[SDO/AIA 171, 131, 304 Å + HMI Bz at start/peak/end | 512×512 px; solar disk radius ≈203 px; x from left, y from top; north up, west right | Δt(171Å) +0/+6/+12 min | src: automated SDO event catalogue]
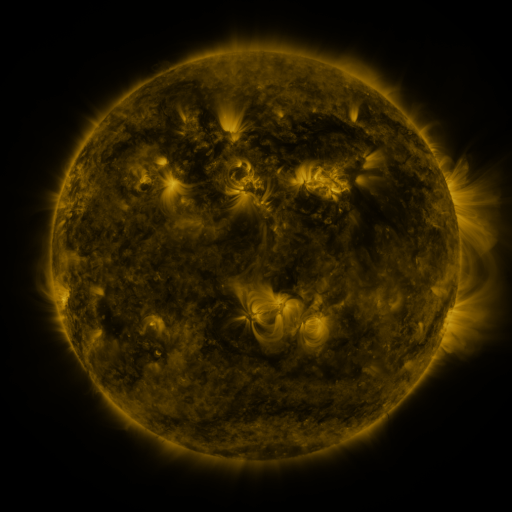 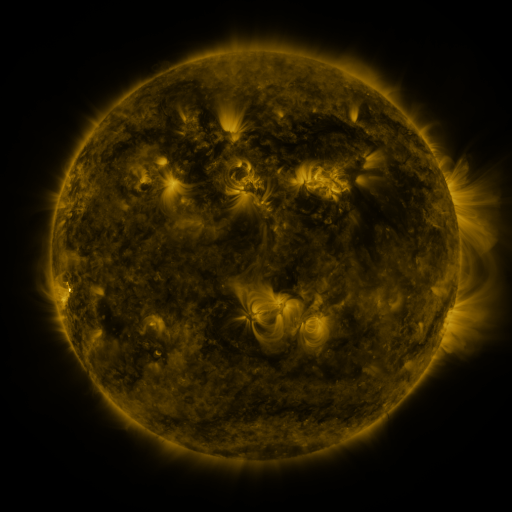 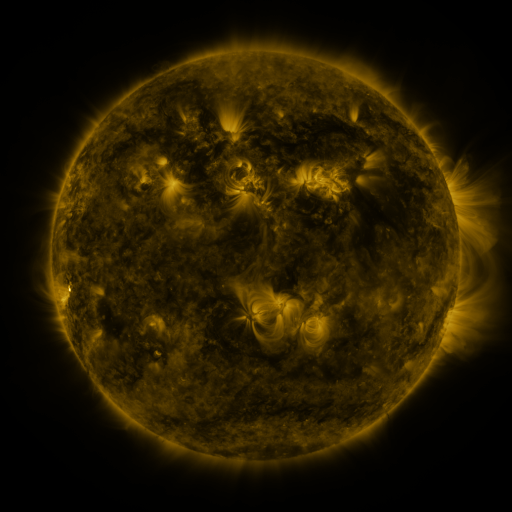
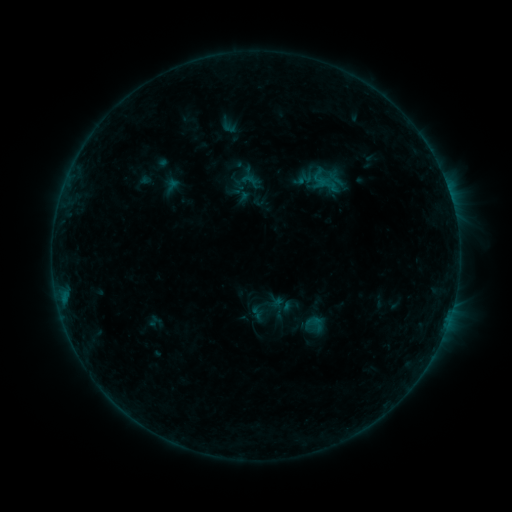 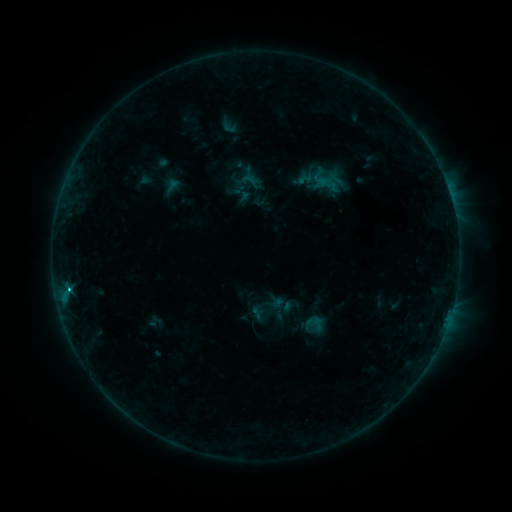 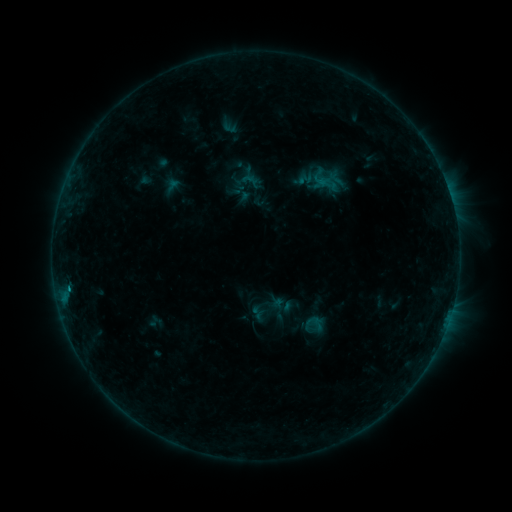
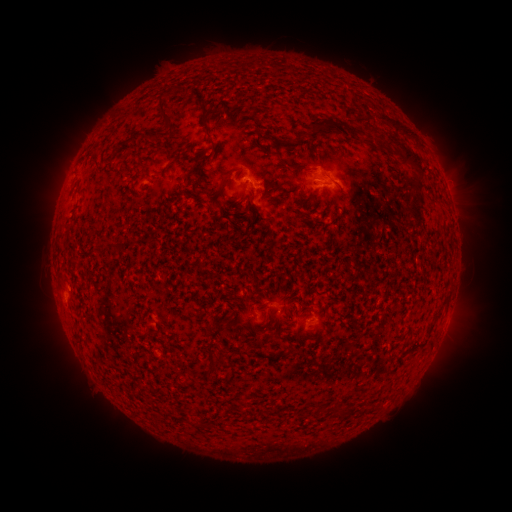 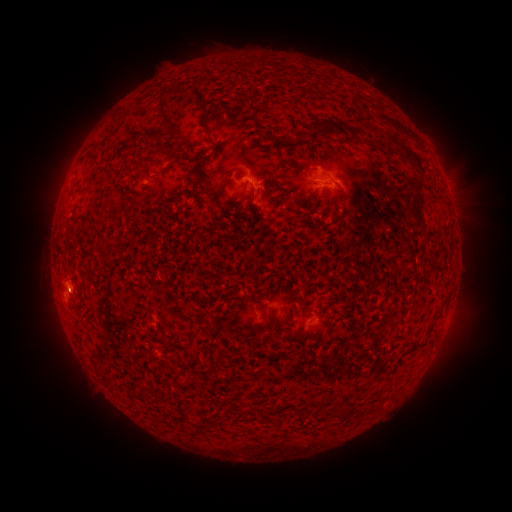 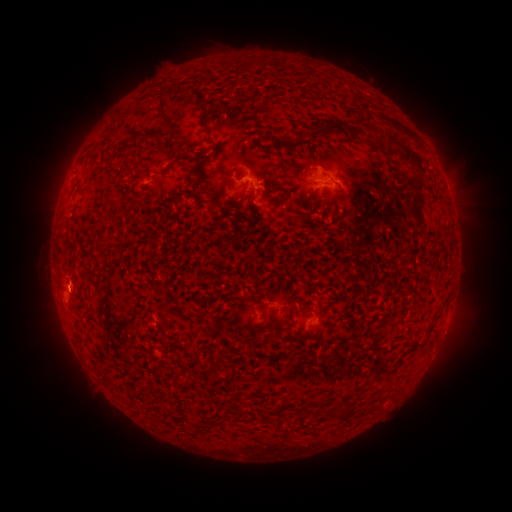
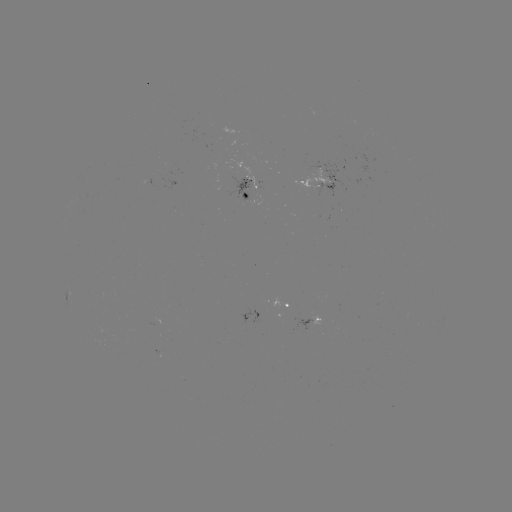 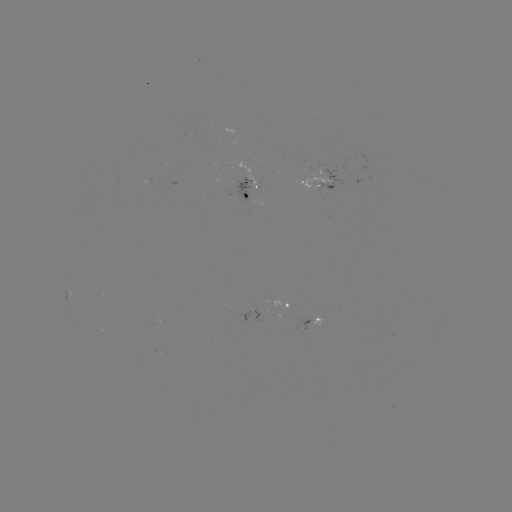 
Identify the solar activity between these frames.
eruption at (72, 312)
